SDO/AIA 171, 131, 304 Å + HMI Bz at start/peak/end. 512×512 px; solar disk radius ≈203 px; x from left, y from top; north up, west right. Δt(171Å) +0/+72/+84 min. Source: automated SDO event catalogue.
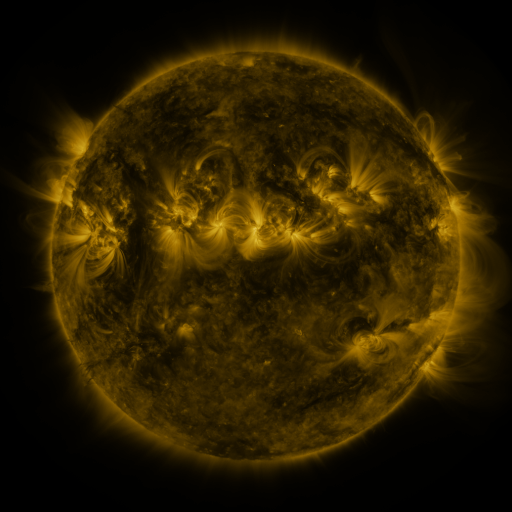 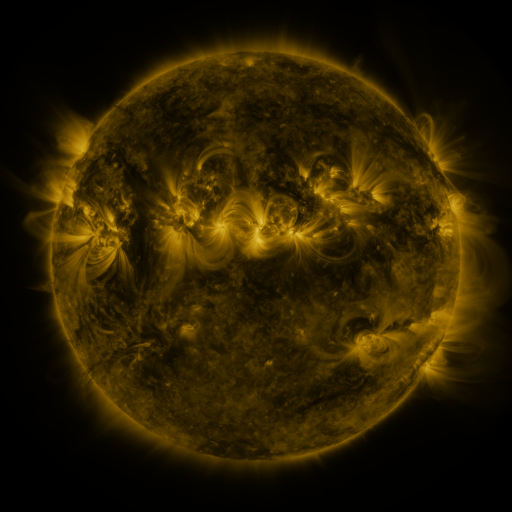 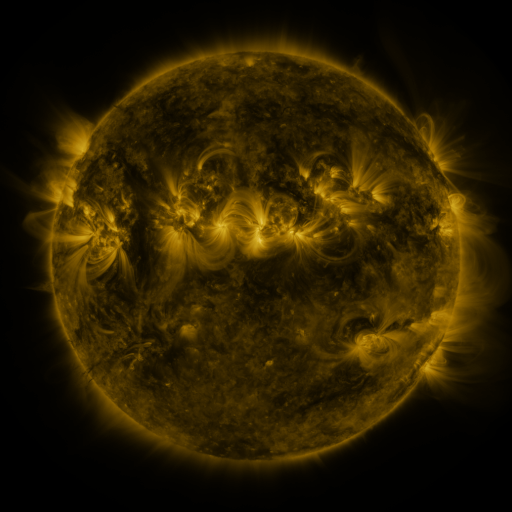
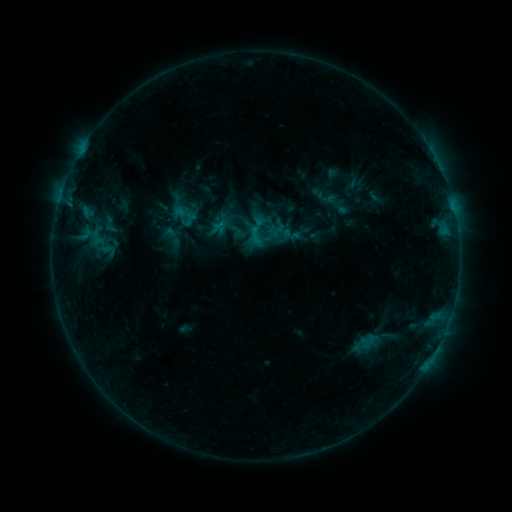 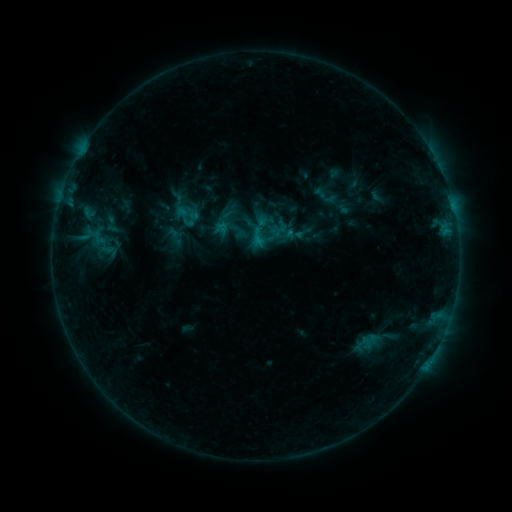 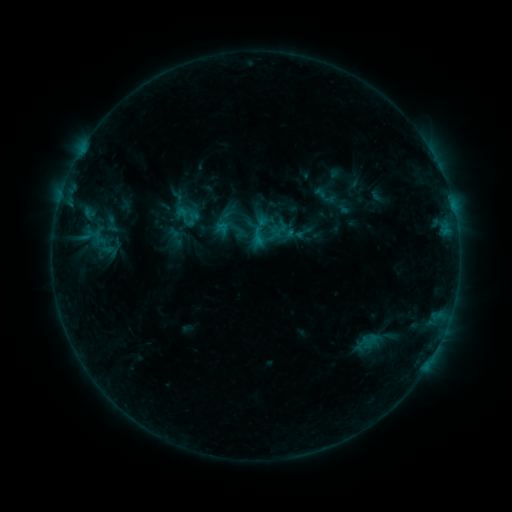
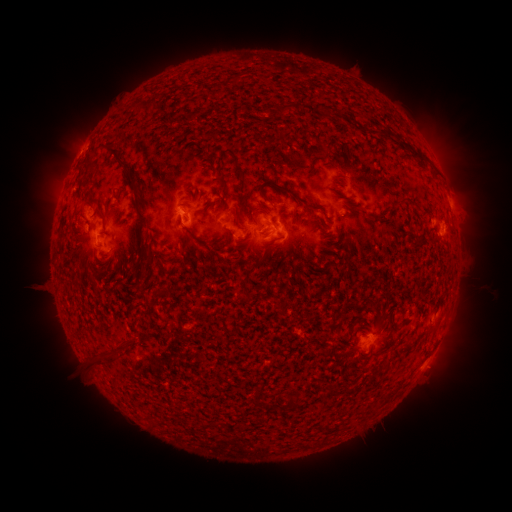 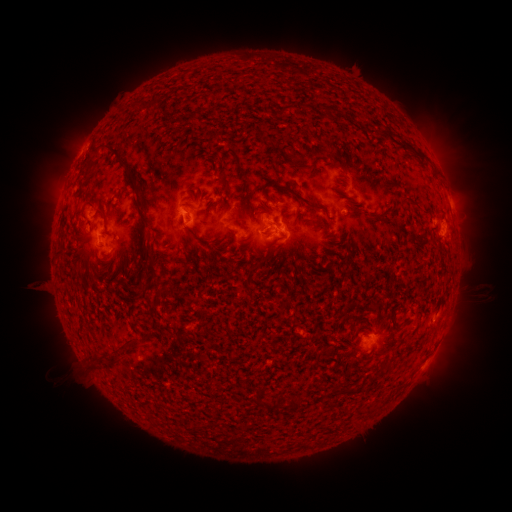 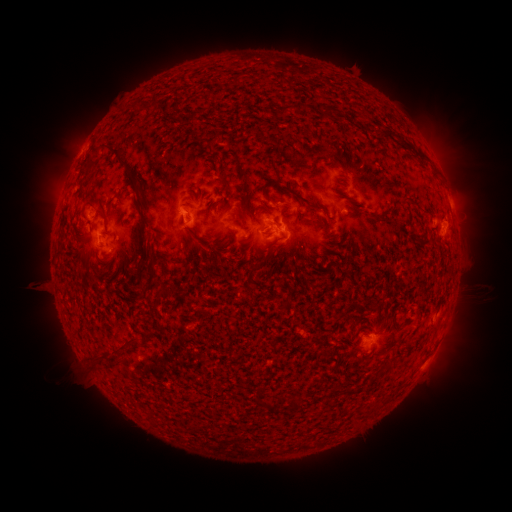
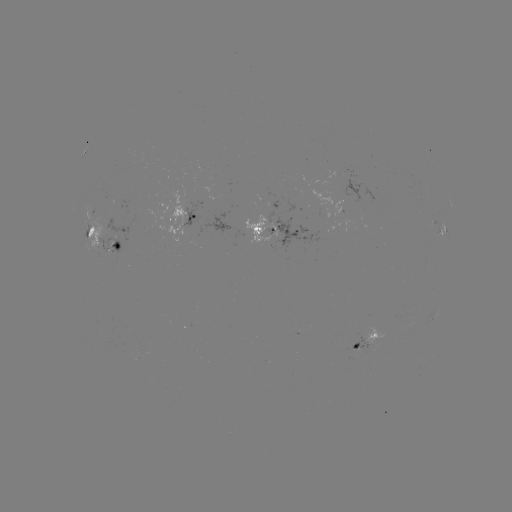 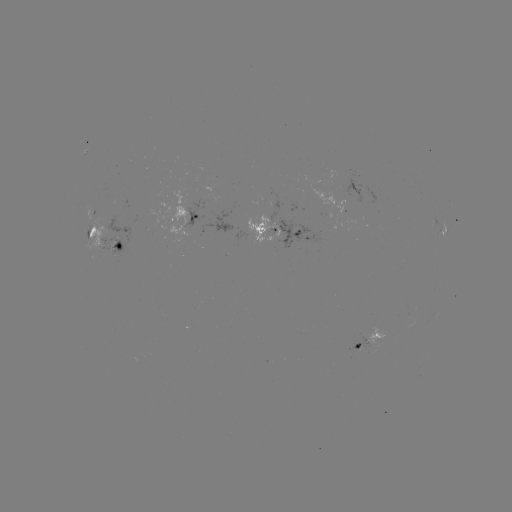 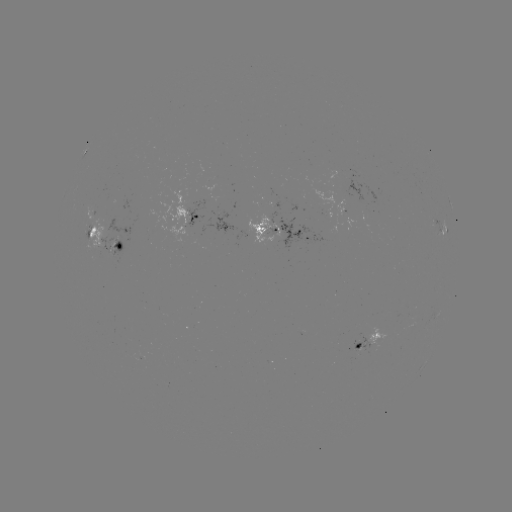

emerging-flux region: [351, 336, 369, 351]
